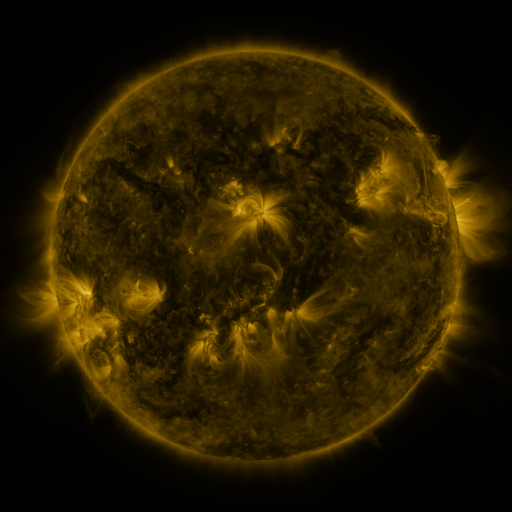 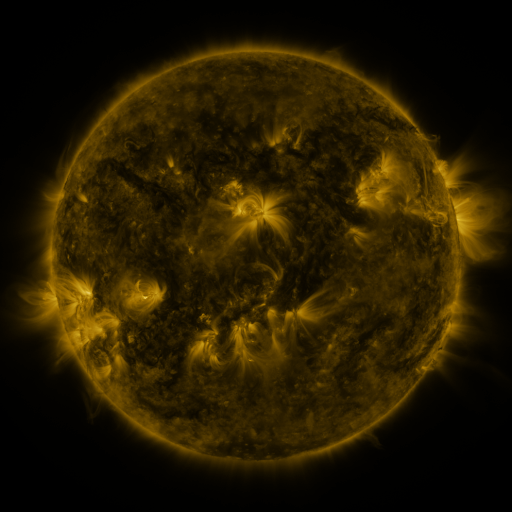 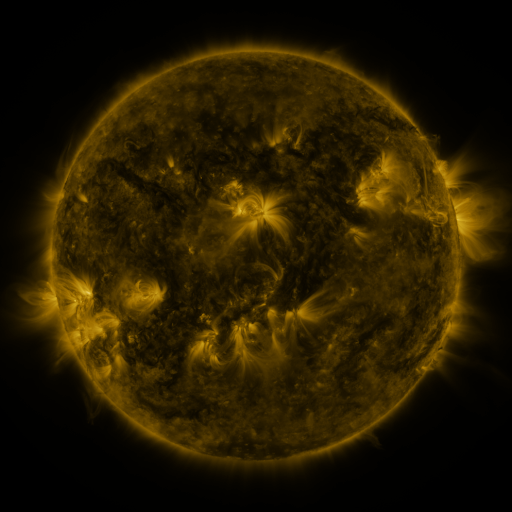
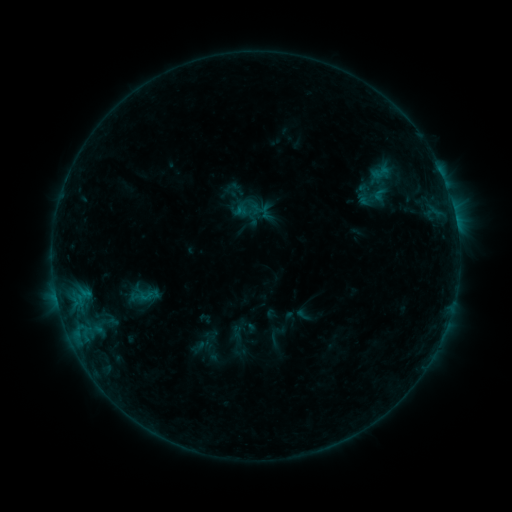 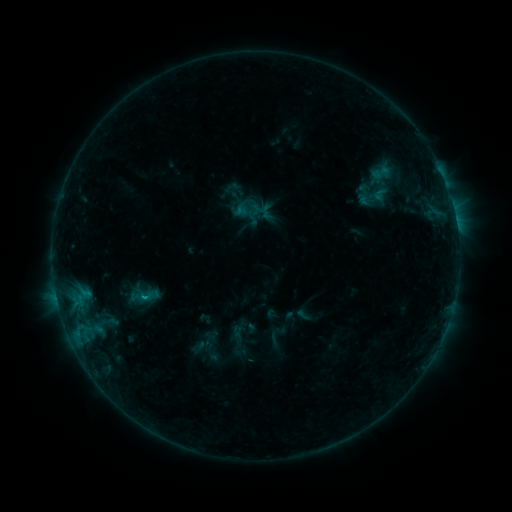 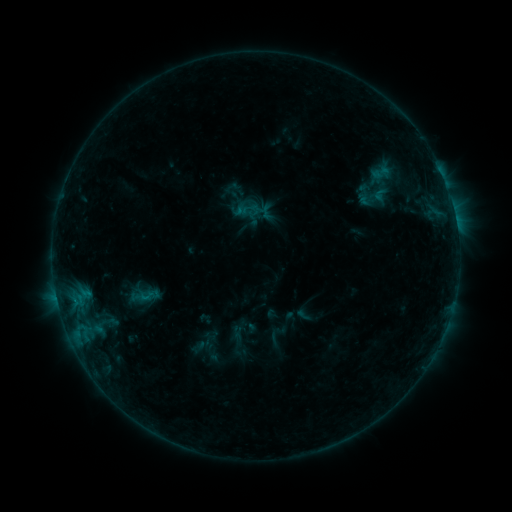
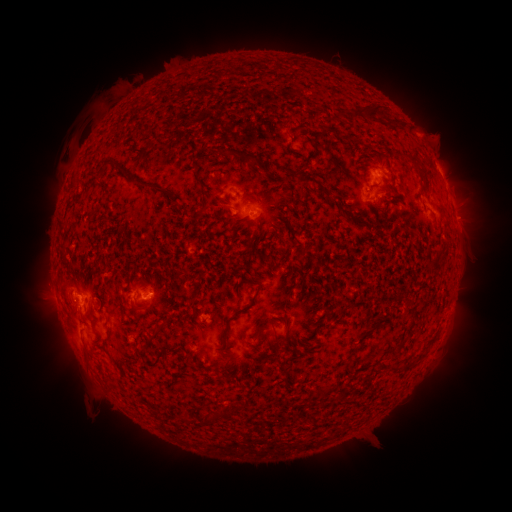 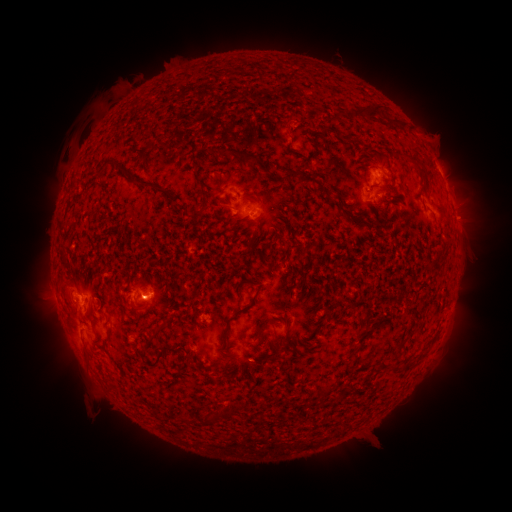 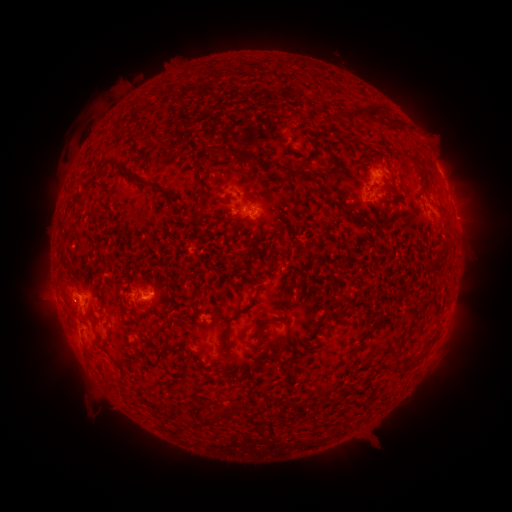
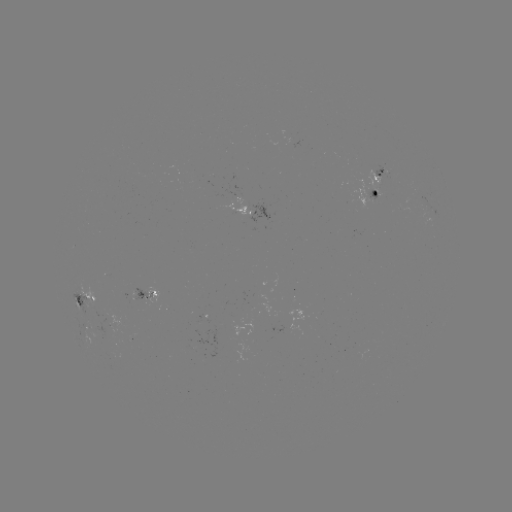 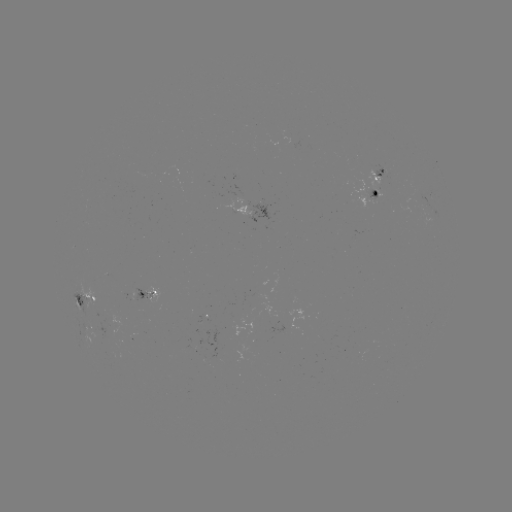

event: flare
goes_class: B5.5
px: (147, 298)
